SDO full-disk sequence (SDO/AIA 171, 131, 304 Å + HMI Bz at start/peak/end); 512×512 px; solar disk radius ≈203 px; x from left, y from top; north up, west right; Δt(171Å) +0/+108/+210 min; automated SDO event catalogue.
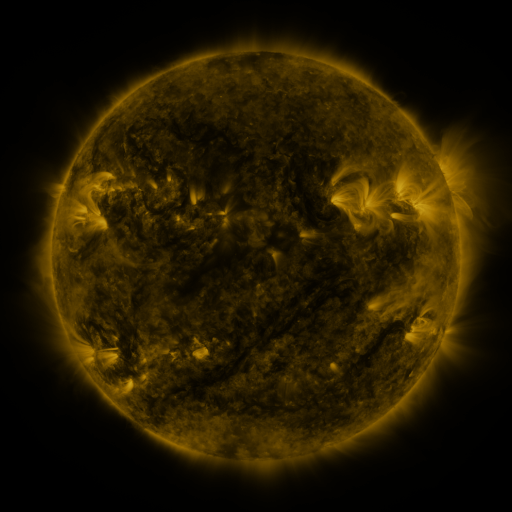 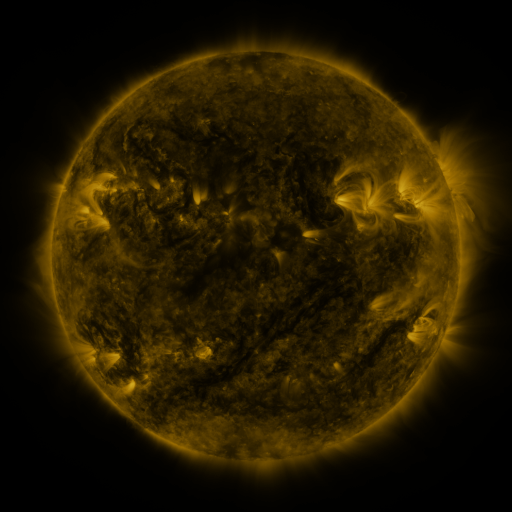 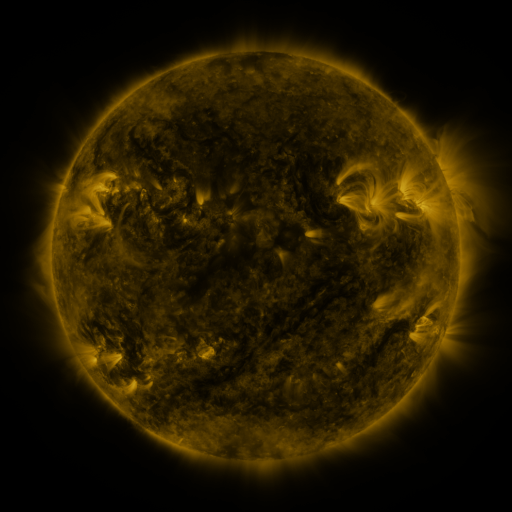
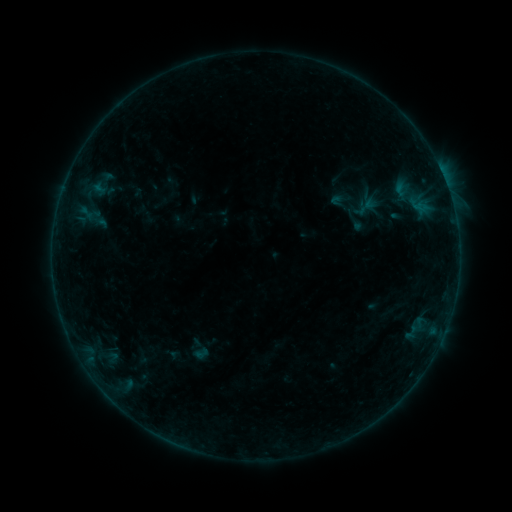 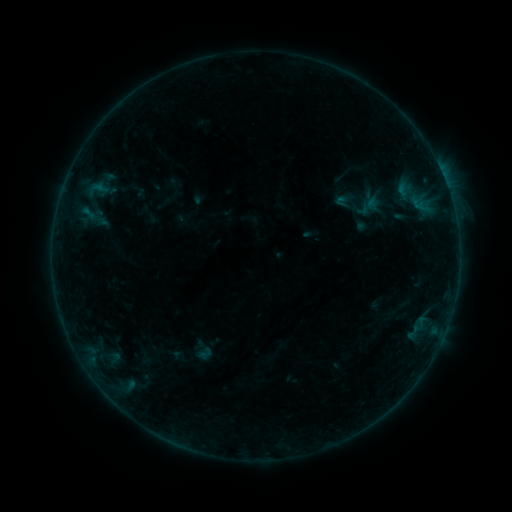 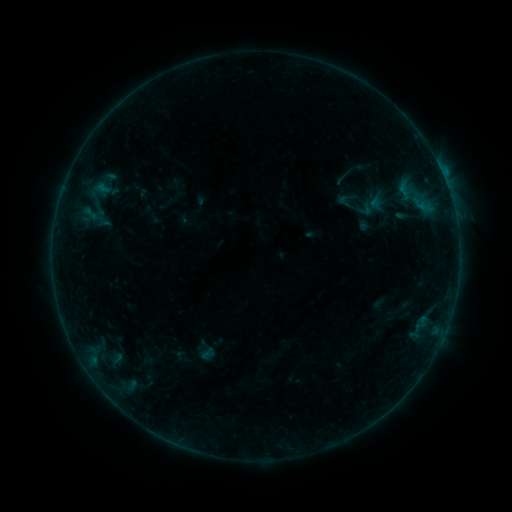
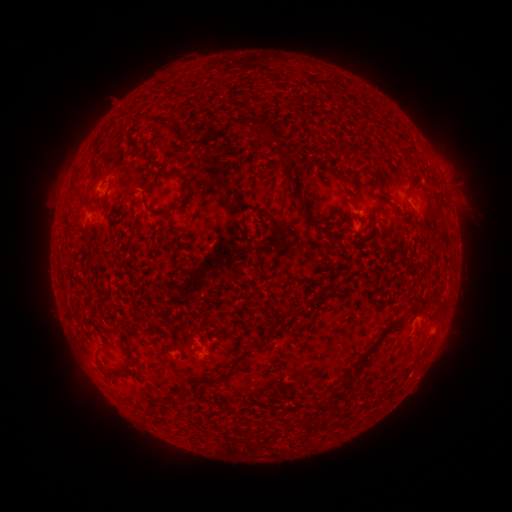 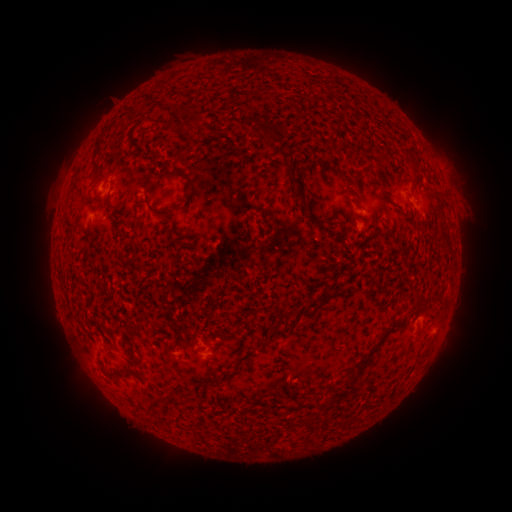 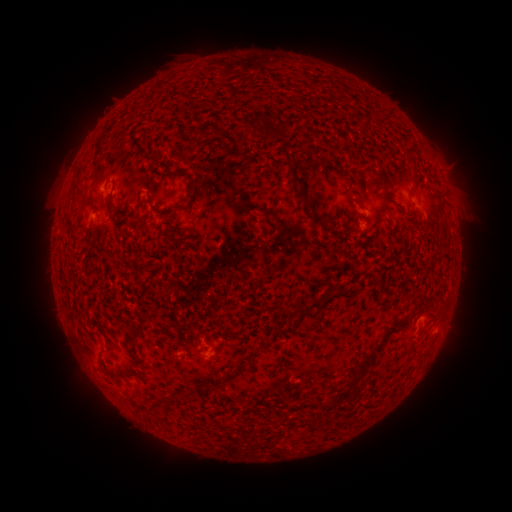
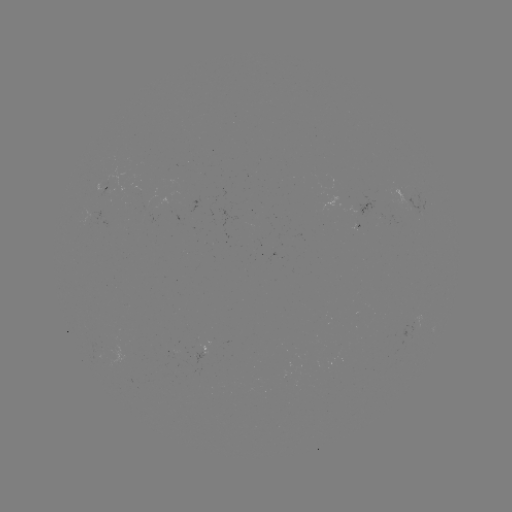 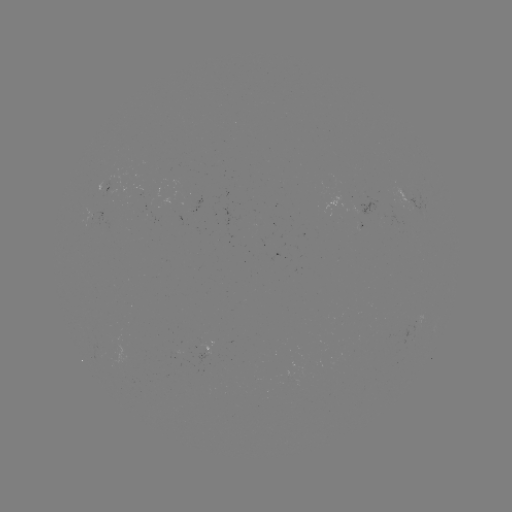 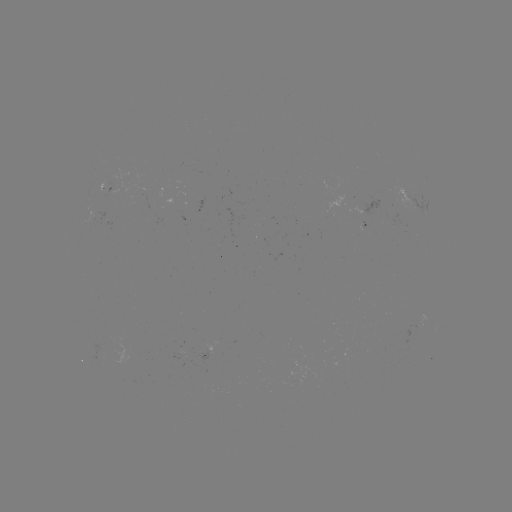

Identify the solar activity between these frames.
filament eruption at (143, 93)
